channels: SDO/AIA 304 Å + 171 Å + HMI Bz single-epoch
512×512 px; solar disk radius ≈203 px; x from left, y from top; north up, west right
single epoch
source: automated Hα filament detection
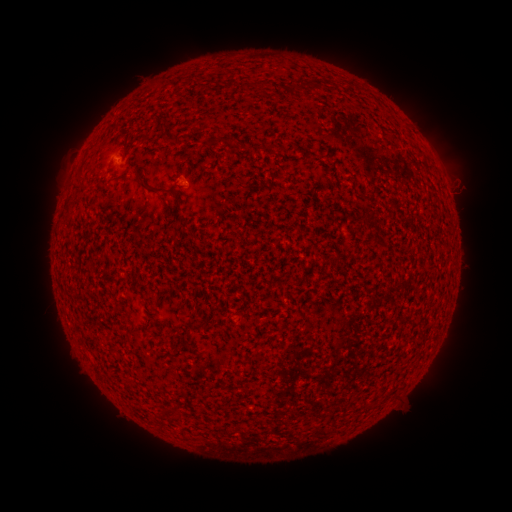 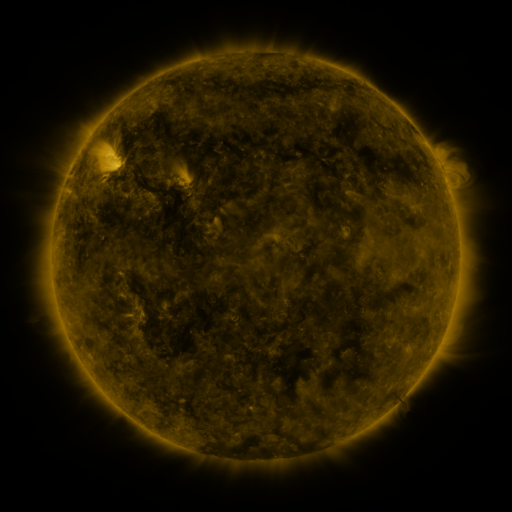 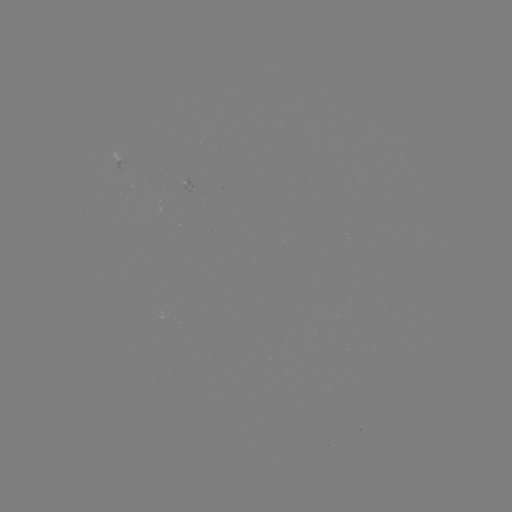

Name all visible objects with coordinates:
filament: [296, 81, 306, 92]
filament: [164, 135, 179, 145]
filament: [209, 135, 236, 147]
filament: [119, 168, 130, 180]
filament: [133, 168, 146, 186]
filament: [76, 170, 85, 181]
filament: [155, 184, 184, 216]
filament: [190, 321, 201, 331]
